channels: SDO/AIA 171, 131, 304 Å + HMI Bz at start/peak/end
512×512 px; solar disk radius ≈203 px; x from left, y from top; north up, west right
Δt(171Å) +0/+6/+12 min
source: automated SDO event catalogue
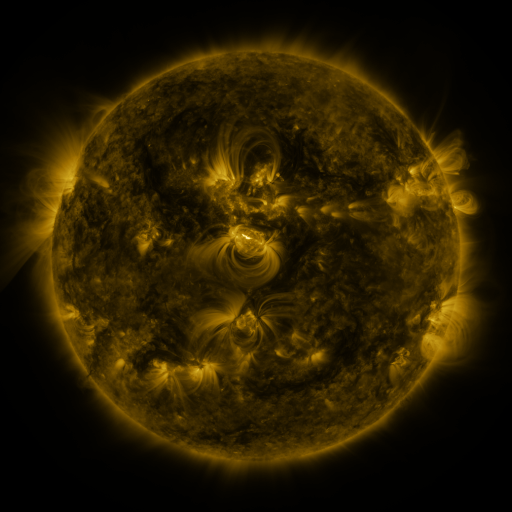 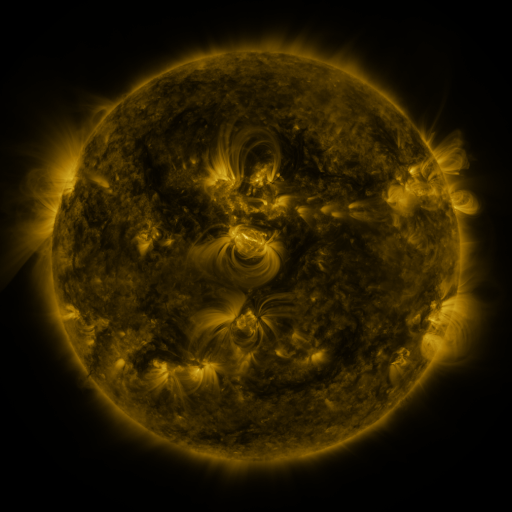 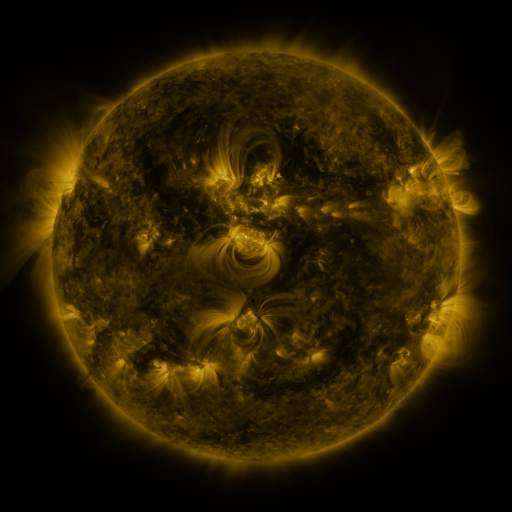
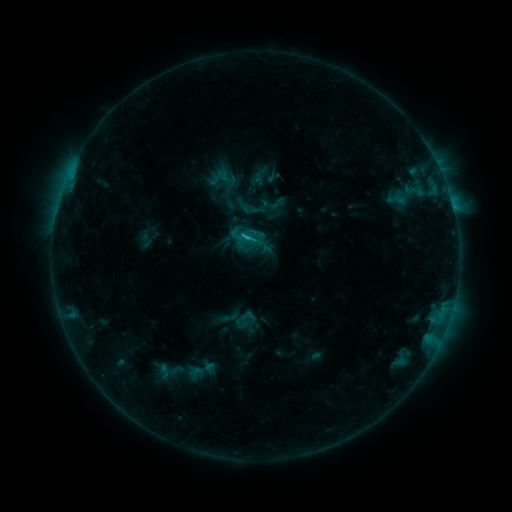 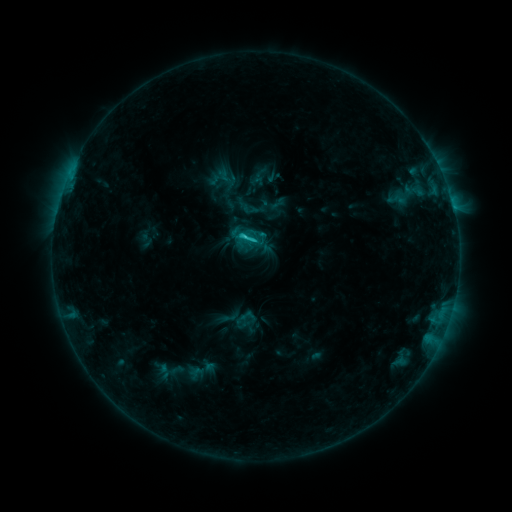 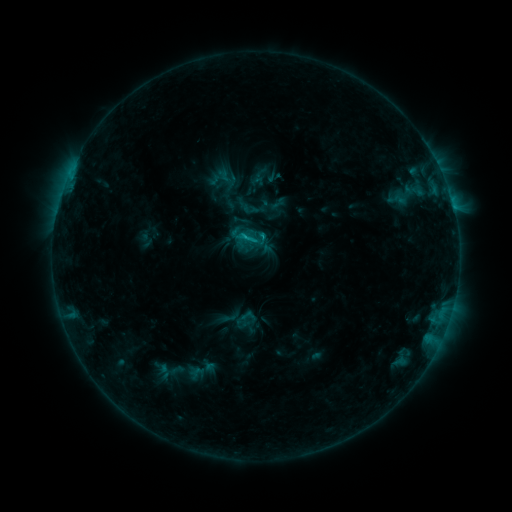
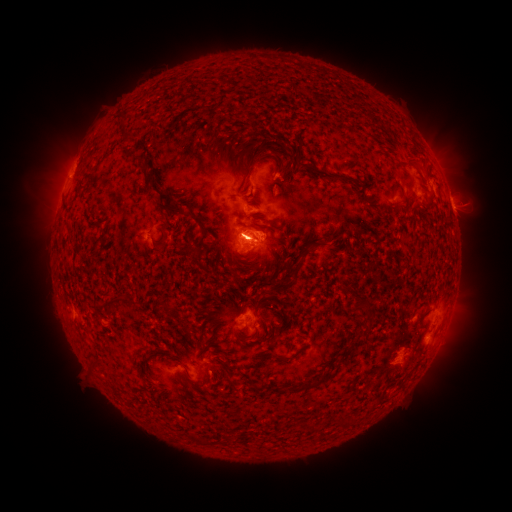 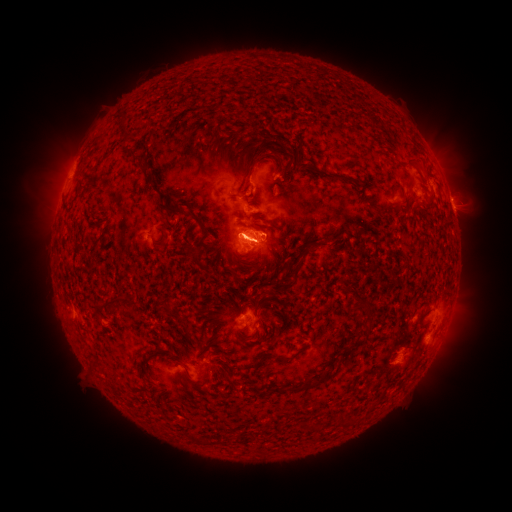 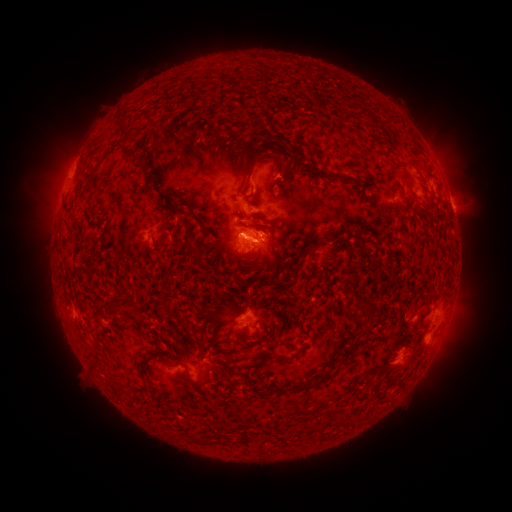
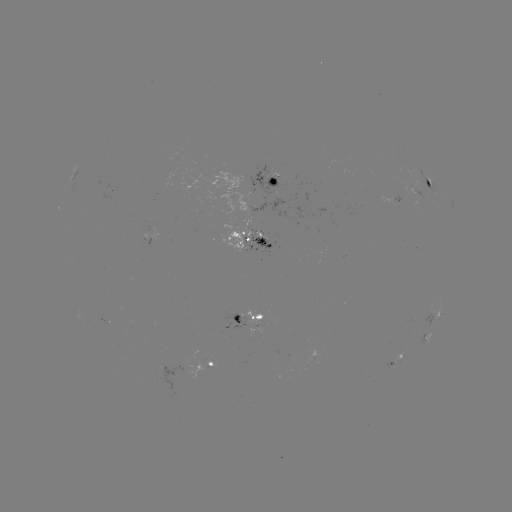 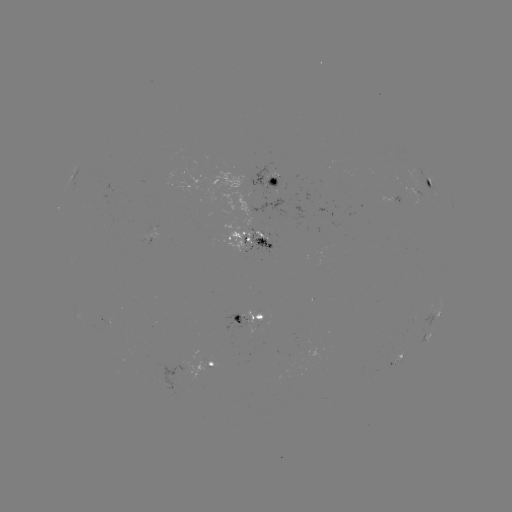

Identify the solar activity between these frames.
C1.8 flare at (245, 237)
